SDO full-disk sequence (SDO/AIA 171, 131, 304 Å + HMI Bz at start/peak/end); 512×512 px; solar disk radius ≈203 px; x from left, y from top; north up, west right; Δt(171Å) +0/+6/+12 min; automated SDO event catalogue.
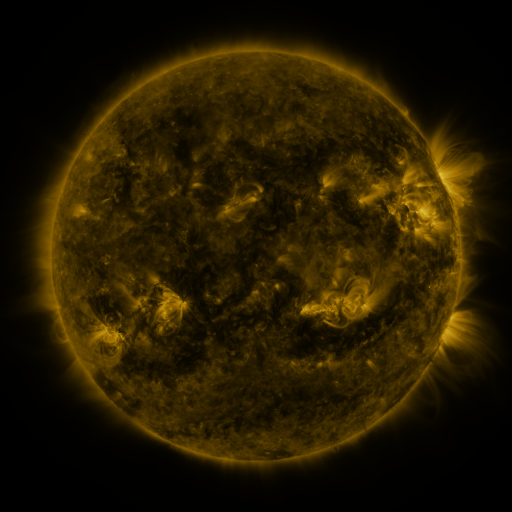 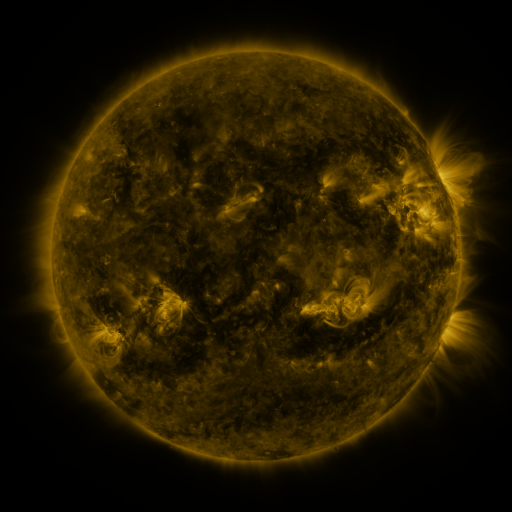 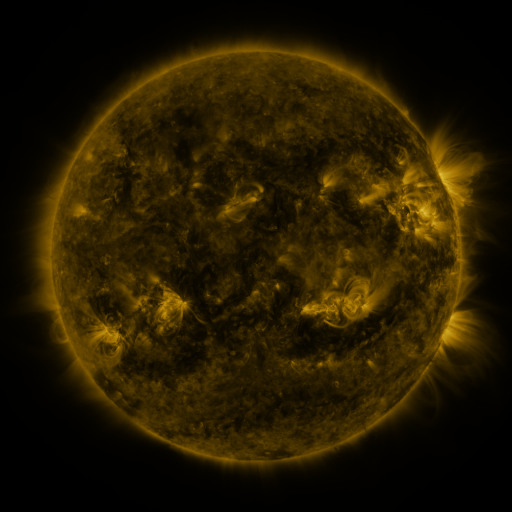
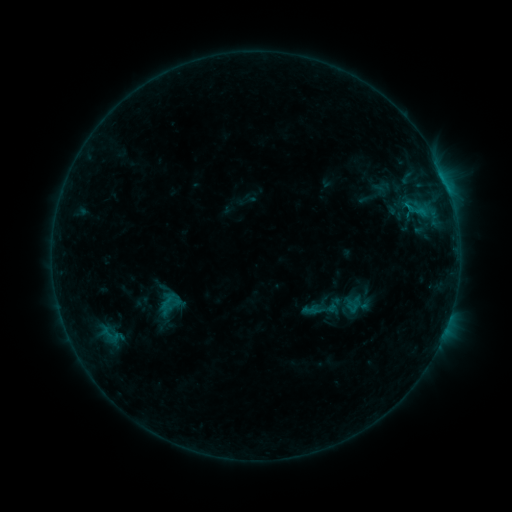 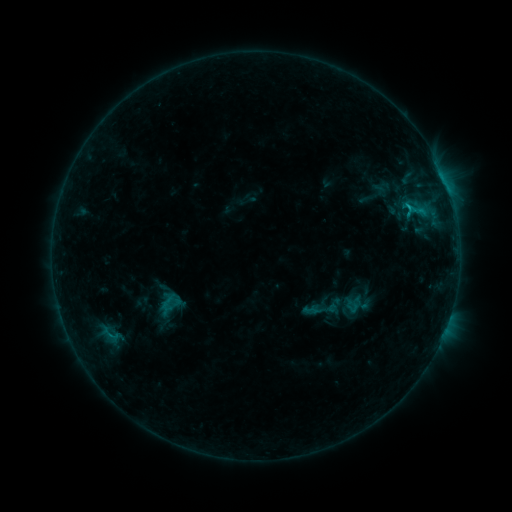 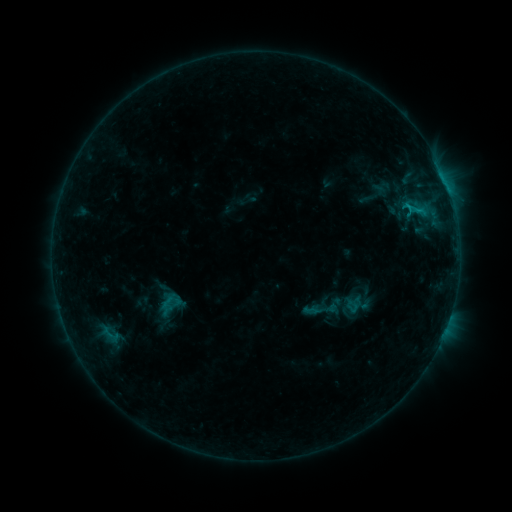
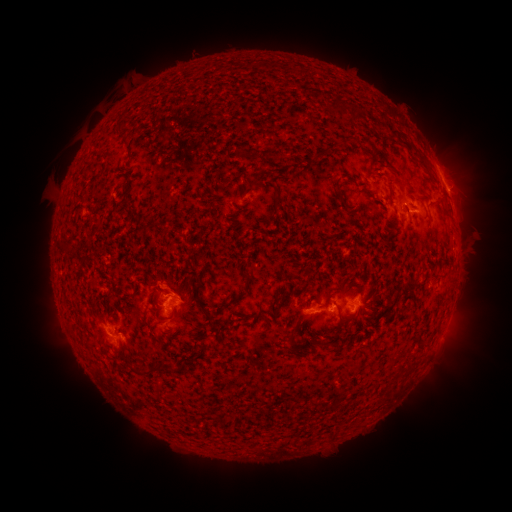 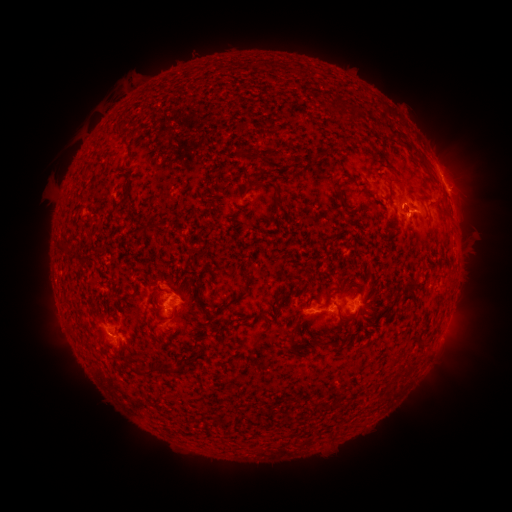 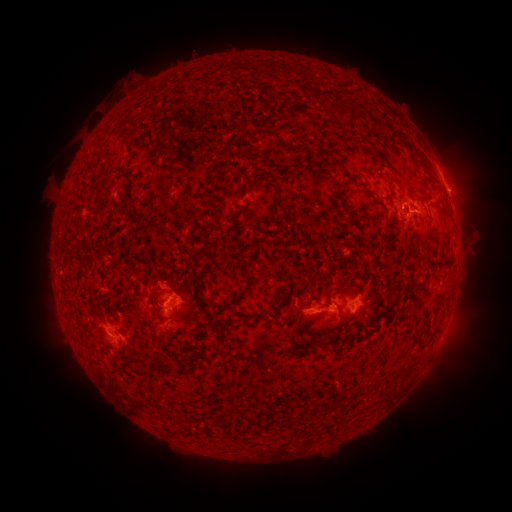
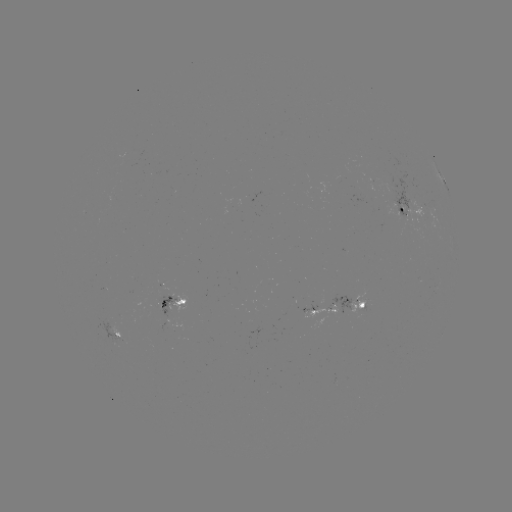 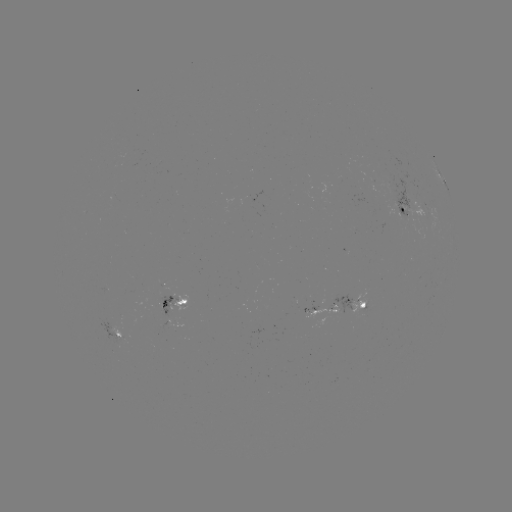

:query C1.0 flare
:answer (407, 208)